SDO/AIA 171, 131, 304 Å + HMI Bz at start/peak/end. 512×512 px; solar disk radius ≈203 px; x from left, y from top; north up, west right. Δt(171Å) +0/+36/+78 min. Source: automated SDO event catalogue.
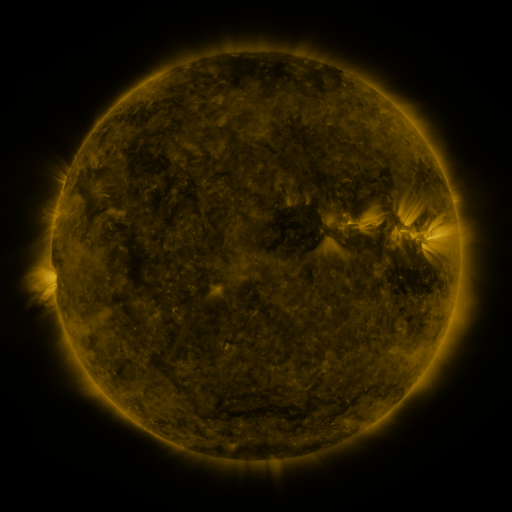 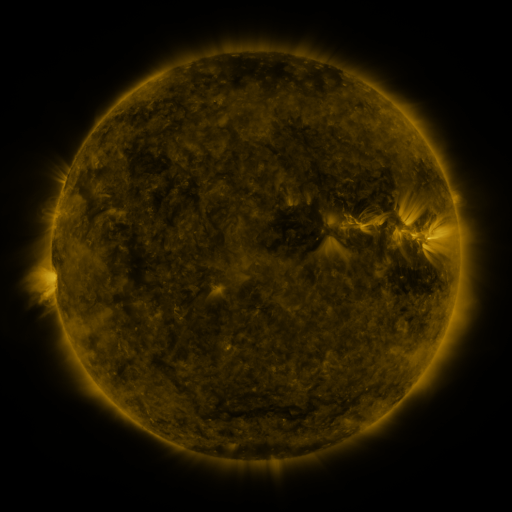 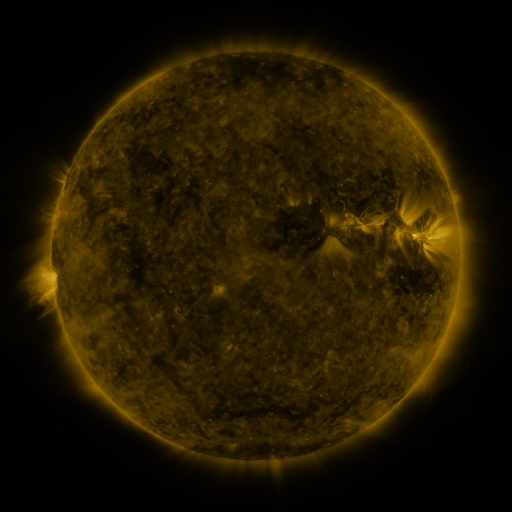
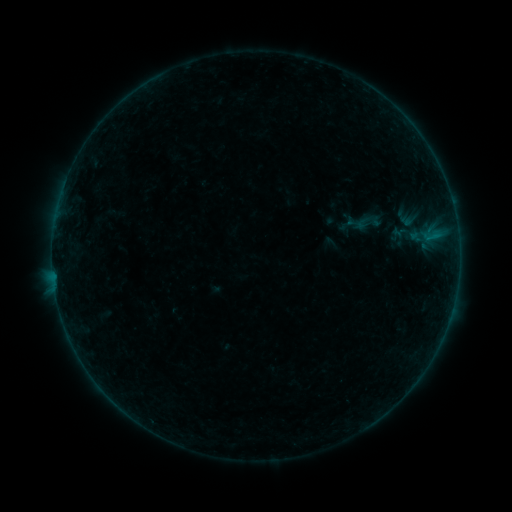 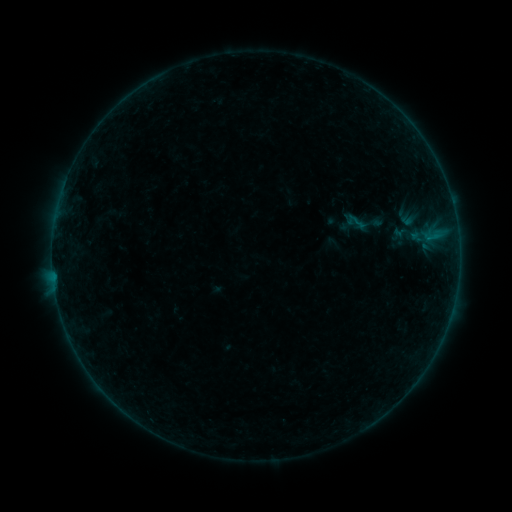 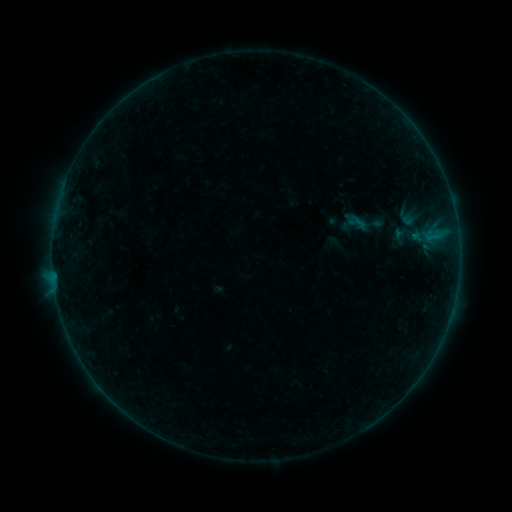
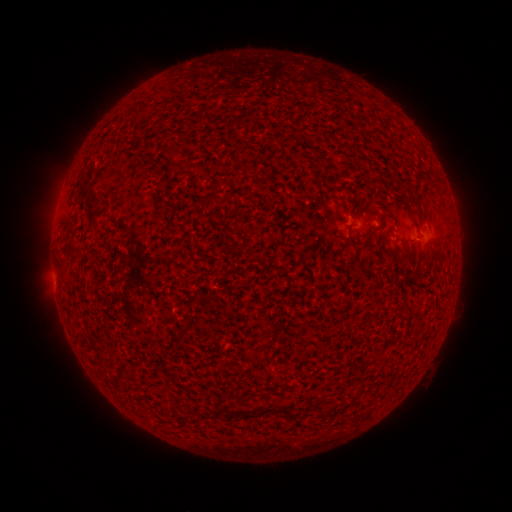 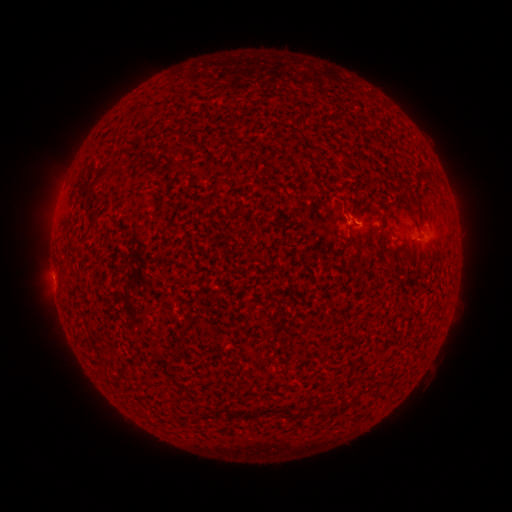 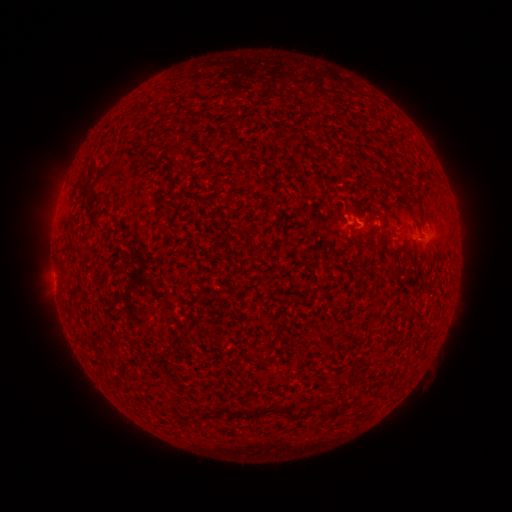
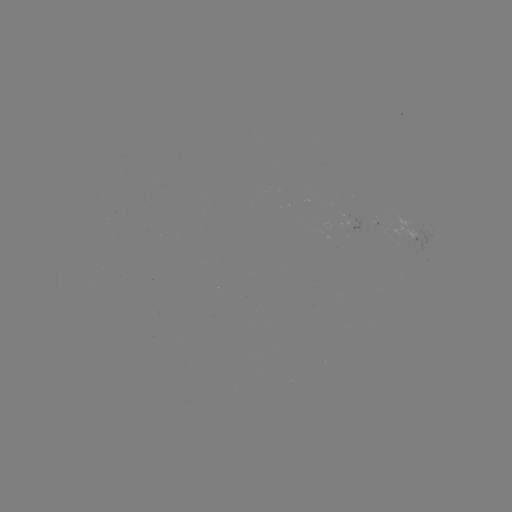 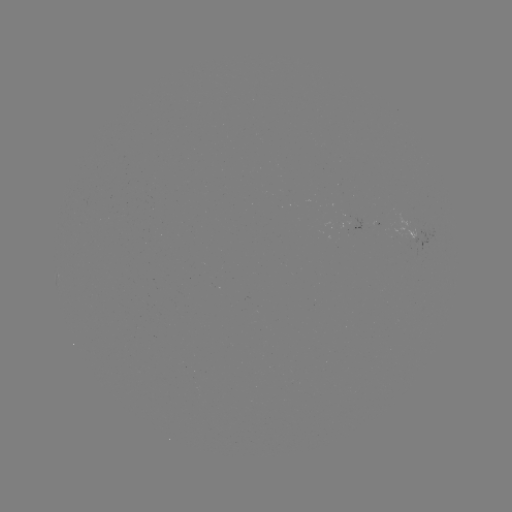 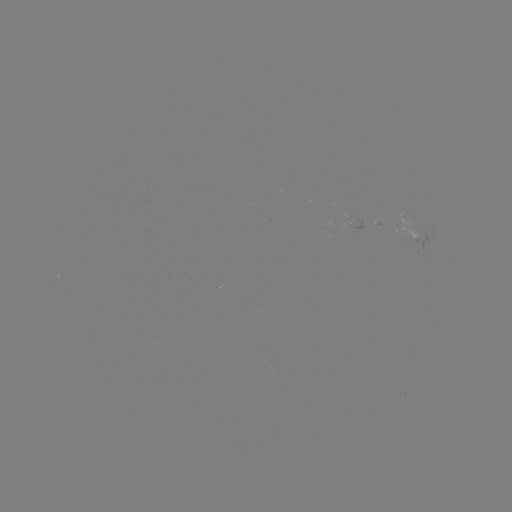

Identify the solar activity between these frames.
B1.5 flare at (353, 222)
